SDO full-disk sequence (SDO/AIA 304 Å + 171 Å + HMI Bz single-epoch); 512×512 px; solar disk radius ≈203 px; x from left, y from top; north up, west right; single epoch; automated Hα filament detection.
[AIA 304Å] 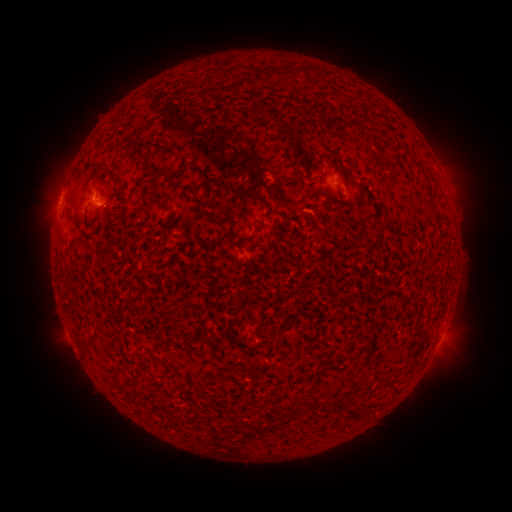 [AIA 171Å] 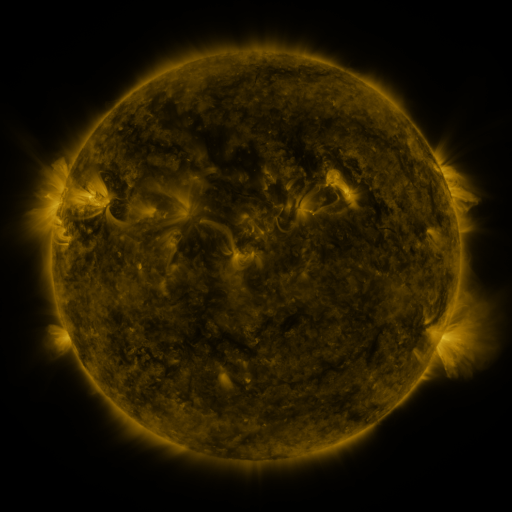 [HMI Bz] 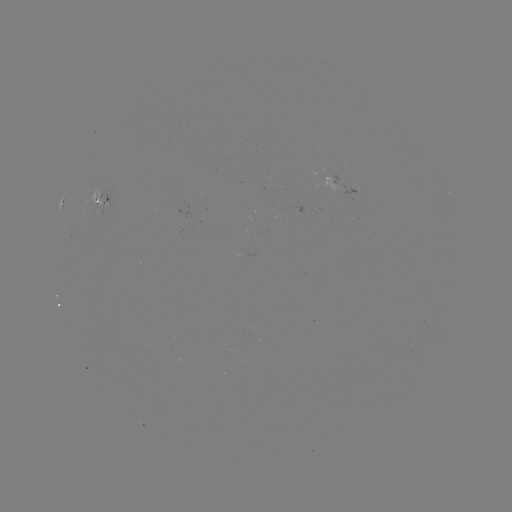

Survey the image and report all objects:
filament: (254, 69, 265, 86)
filament: (280, 126, 293, 138)
filament: (151, 168, 162, 175)
filament: (226, 184, 264, 203)
filament: (375, 225, 401, 241)
filament: (263, 327, 276, 337)
